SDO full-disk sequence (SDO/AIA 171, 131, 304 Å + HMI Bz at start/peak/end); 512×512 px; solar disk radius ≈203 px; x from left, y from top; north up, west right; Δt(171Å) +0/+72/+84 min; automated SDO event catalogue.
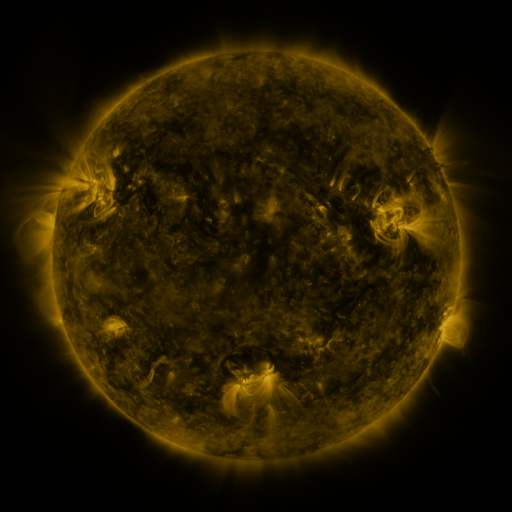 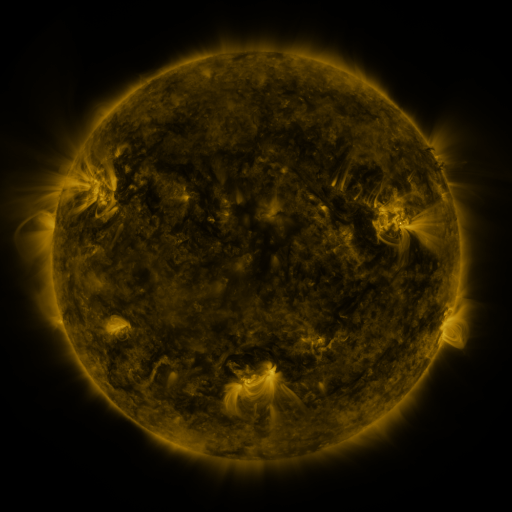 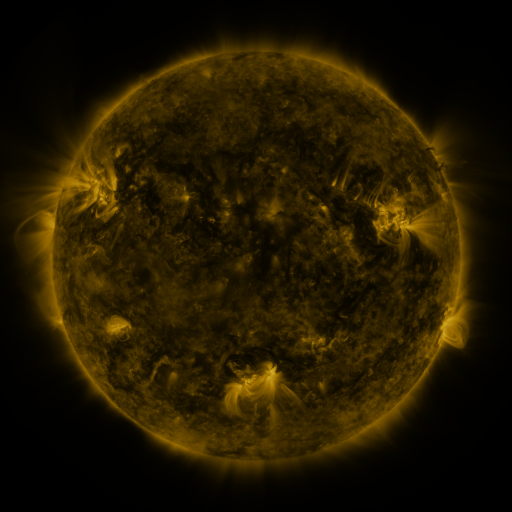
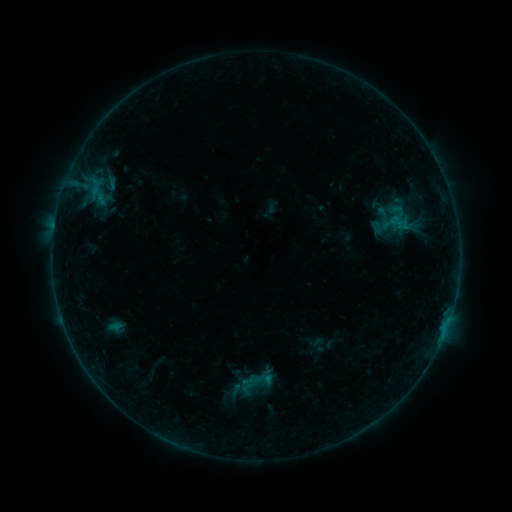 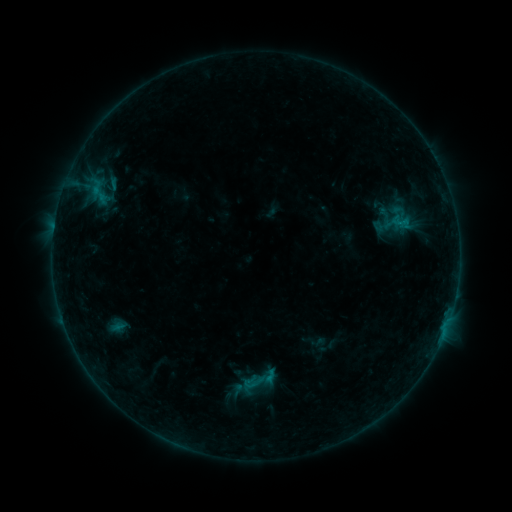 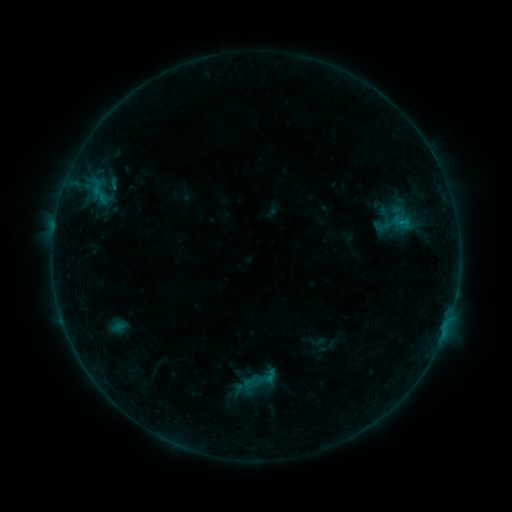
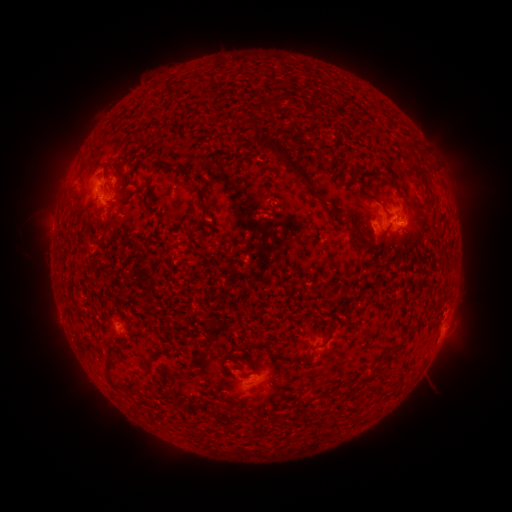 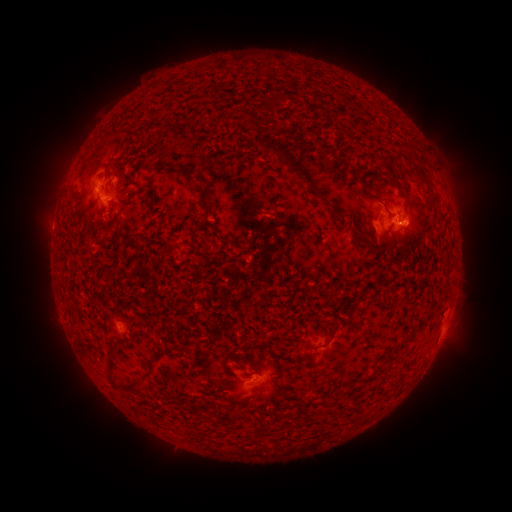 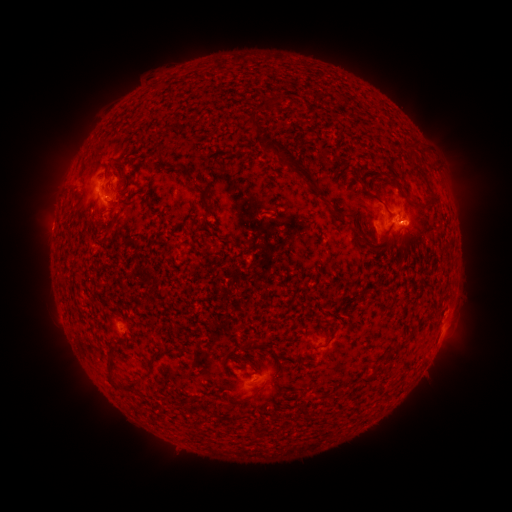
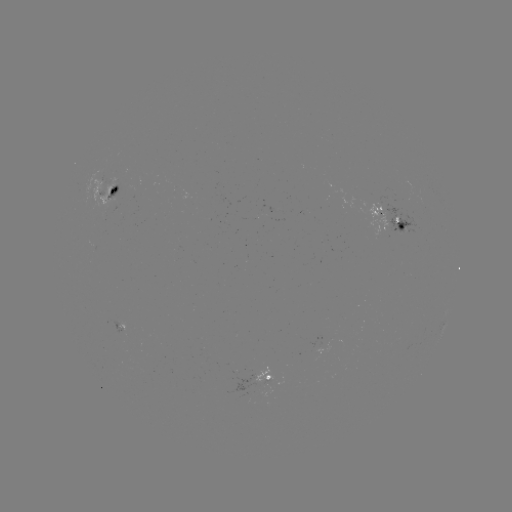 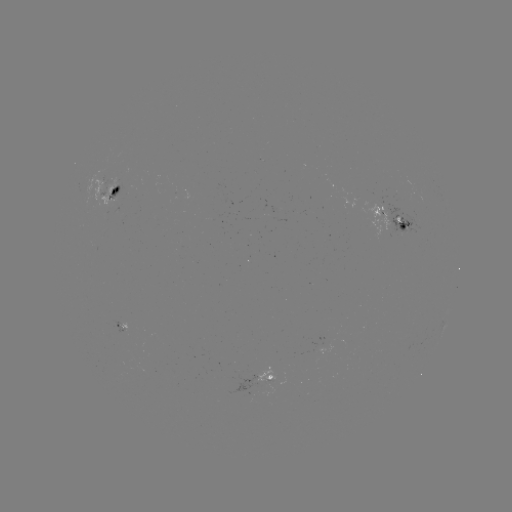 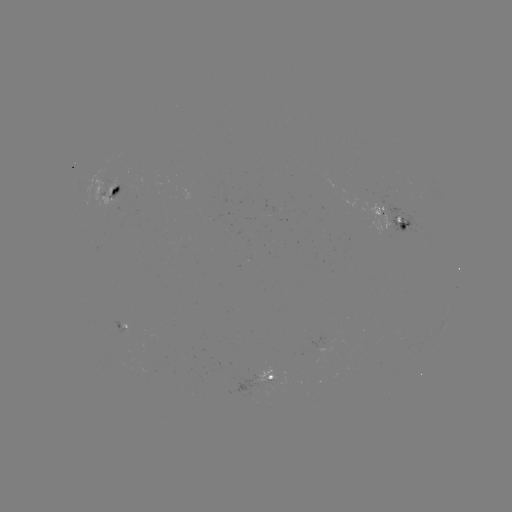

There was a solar emerging-flux region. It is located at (267, 378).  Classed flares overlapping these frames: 1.